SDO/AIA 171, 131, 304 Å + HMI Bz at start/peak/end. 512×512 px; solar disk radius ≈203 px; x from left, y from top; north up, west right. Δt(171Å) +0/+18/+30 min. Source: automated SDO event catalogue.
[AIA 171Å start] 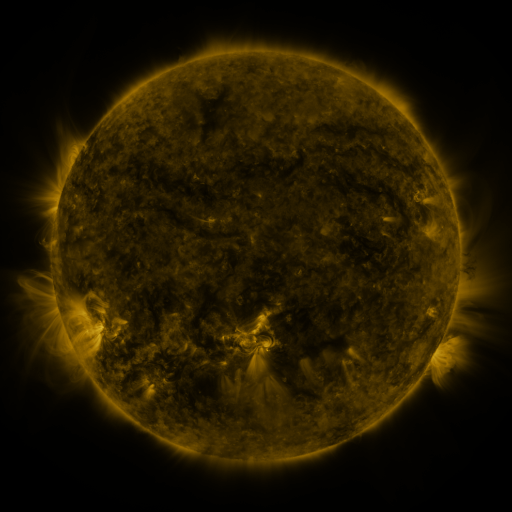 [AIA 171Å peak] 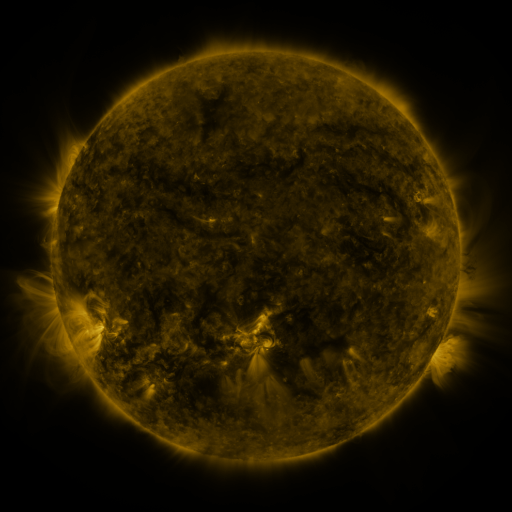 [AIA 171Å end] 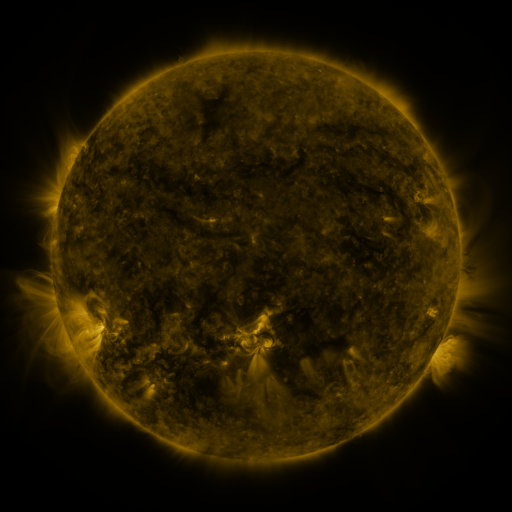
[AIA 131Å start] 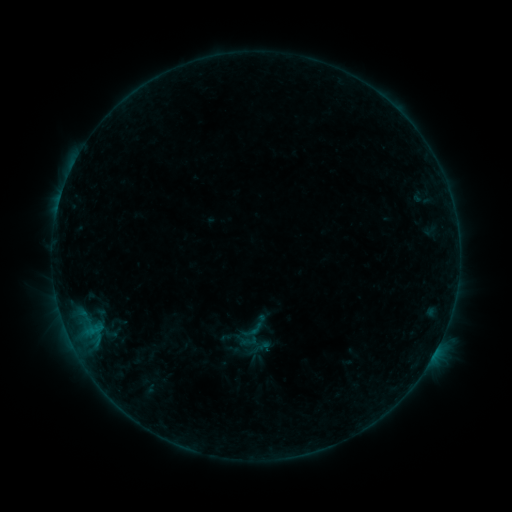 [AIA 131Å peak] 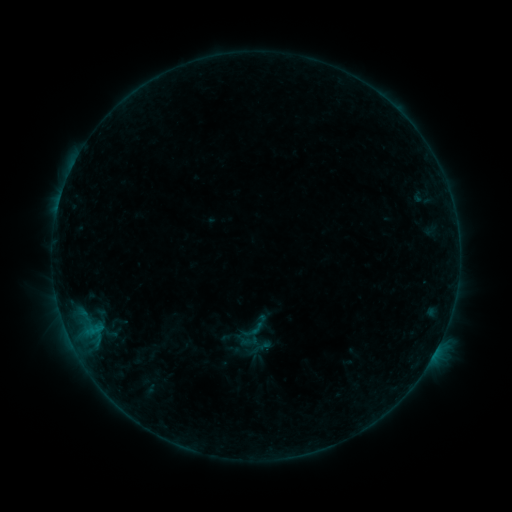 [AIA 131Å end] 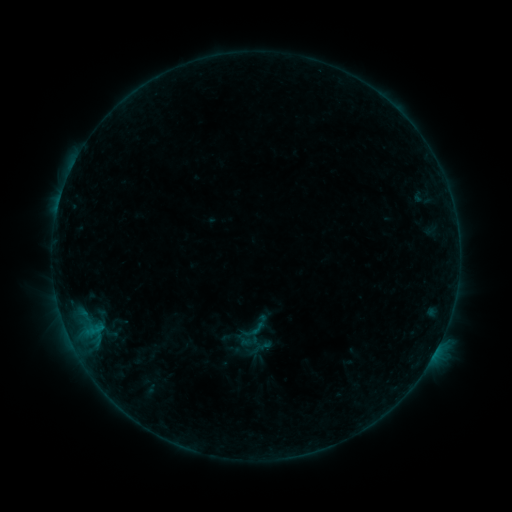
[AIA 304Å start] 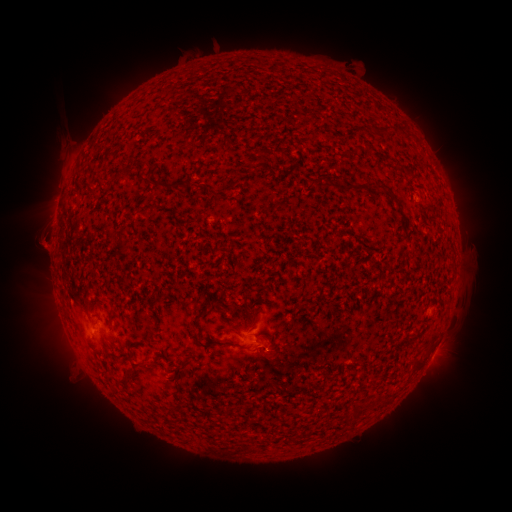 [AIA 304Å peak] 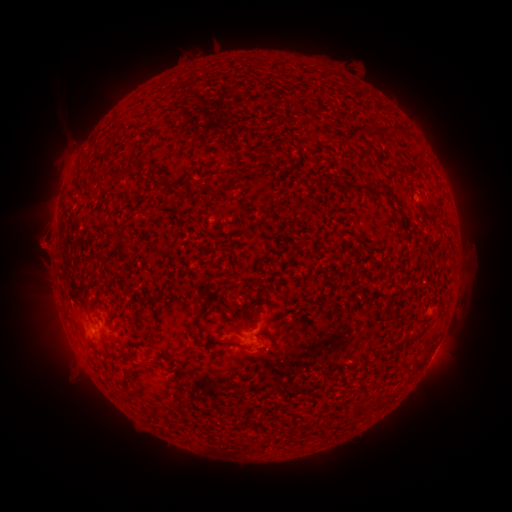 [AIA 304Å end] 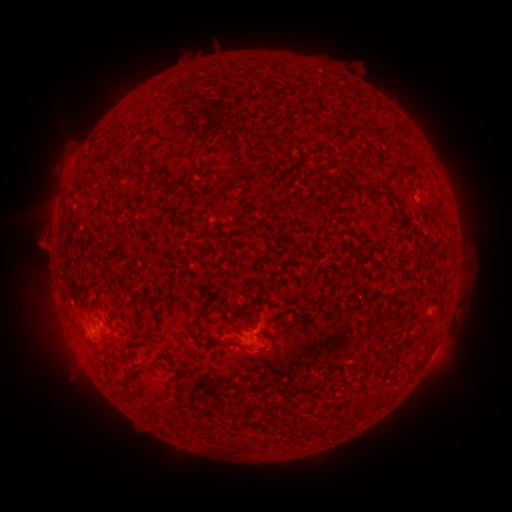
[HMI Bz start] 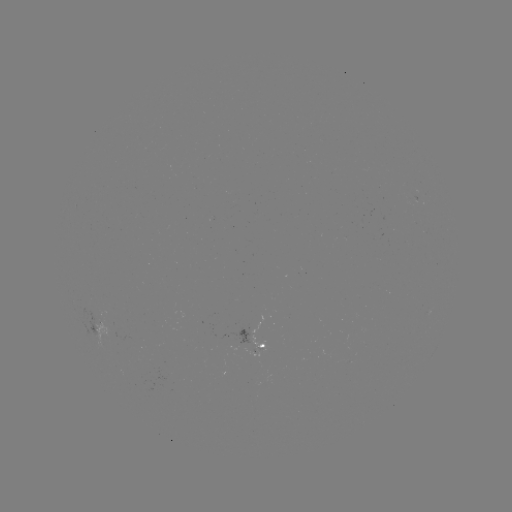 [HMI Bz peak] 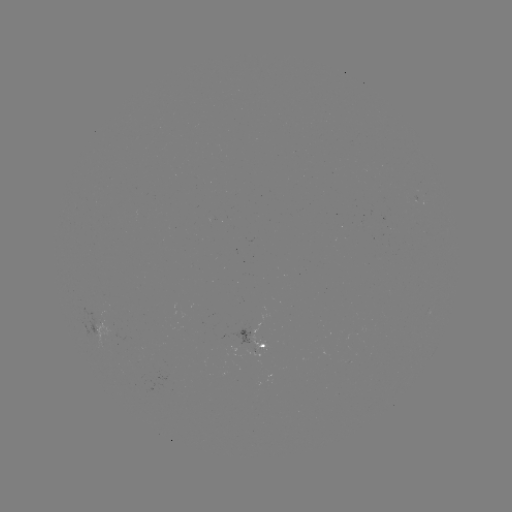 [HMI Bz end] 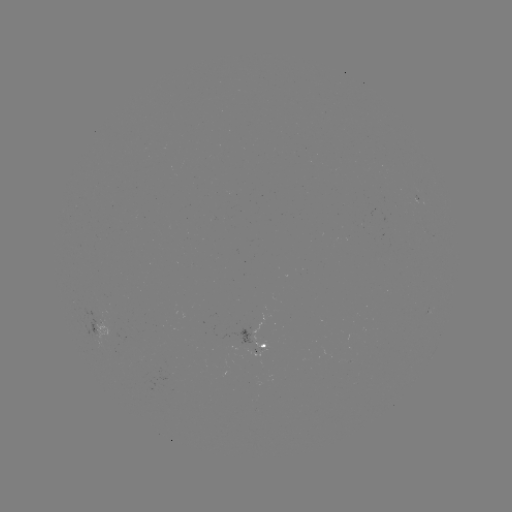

no flare in any classed list; no EUV-trigger detection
